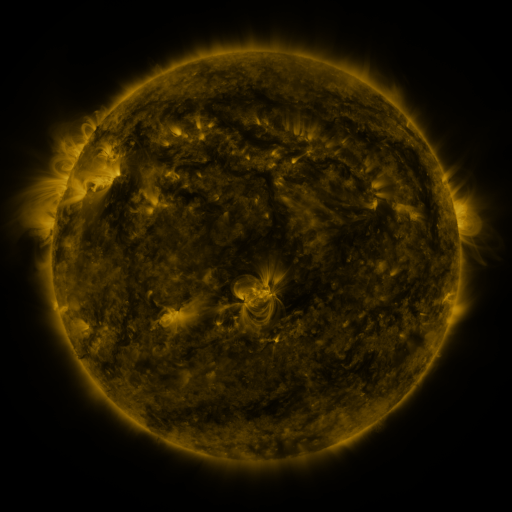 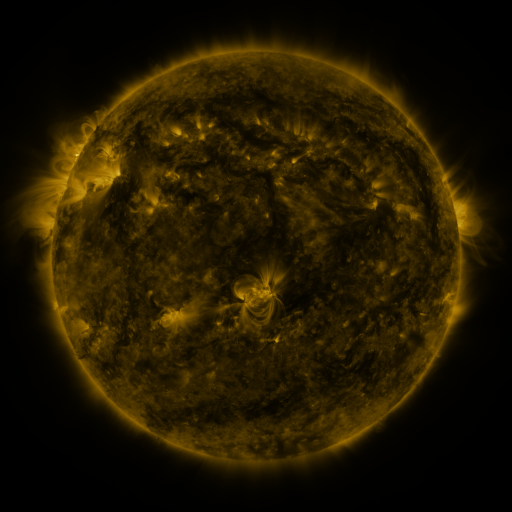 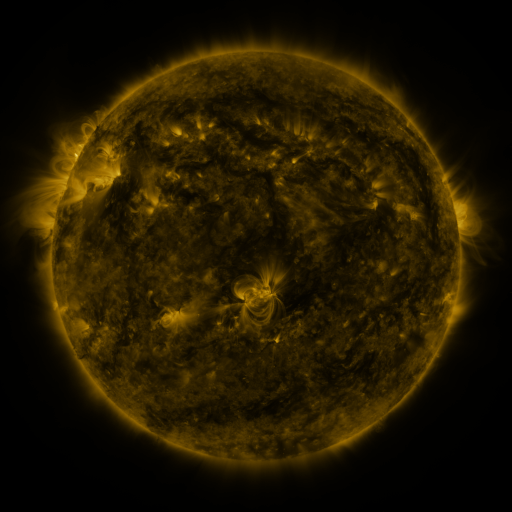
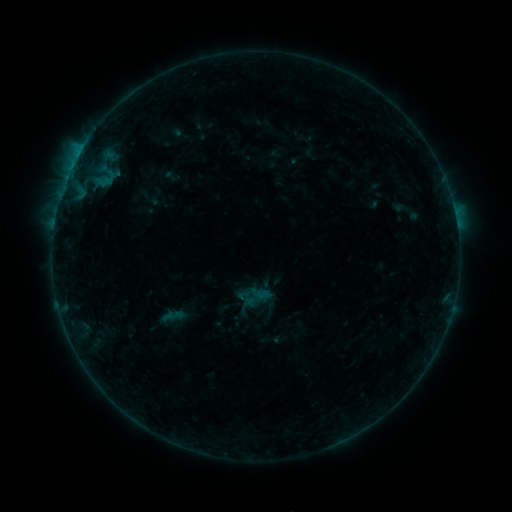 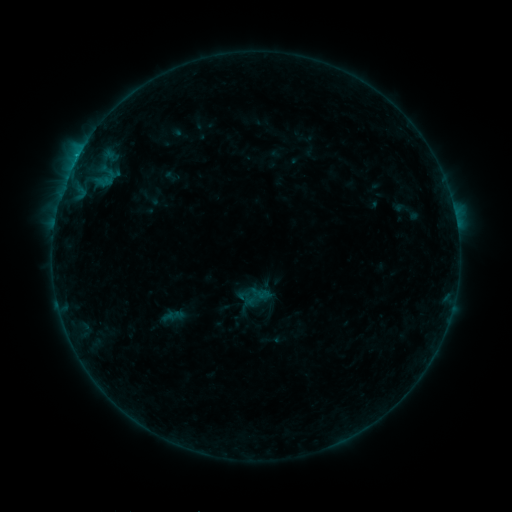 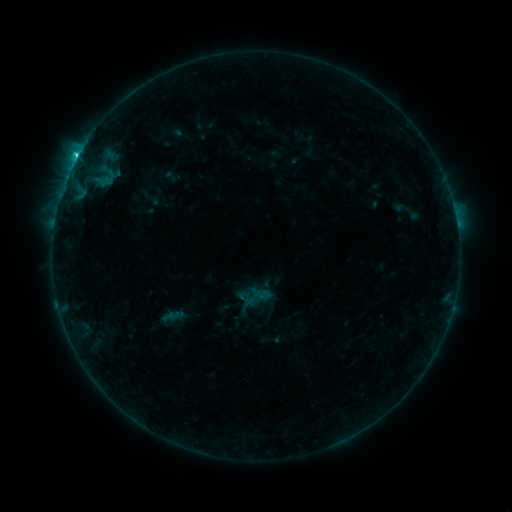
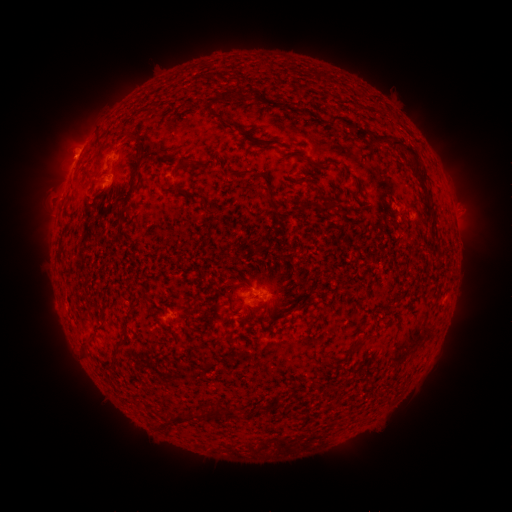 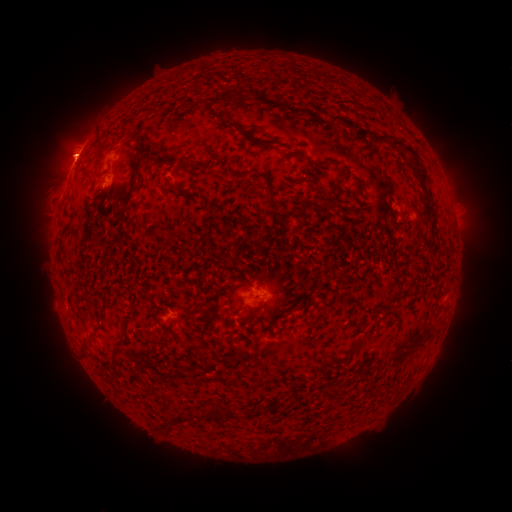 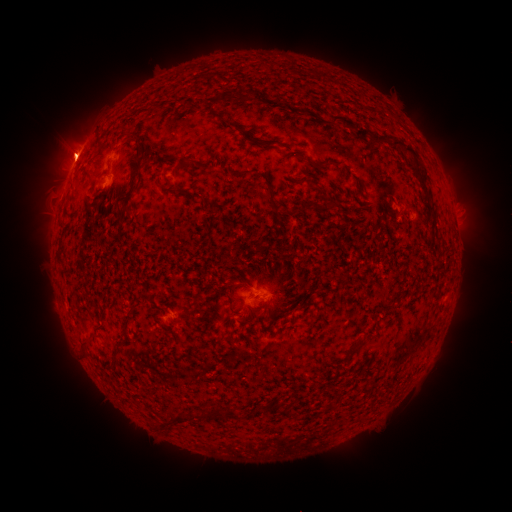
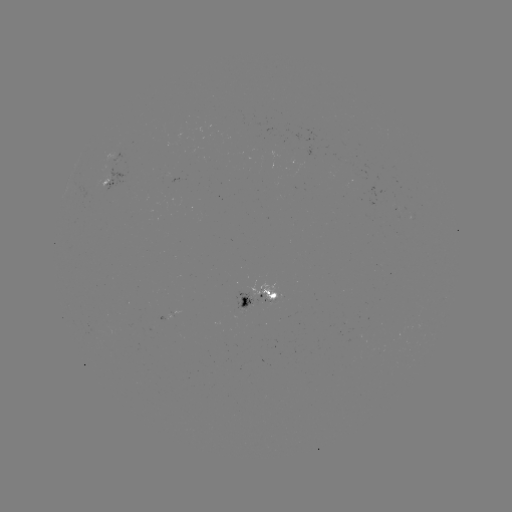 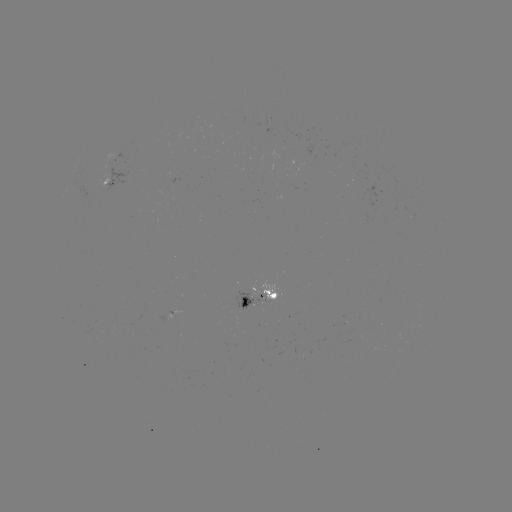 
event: flare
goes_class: C2.7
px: (77, 159)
